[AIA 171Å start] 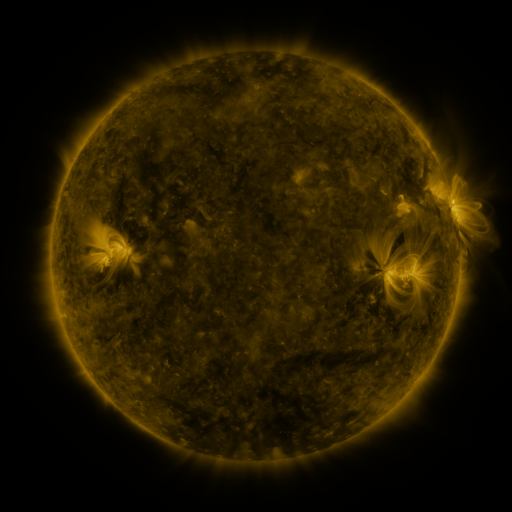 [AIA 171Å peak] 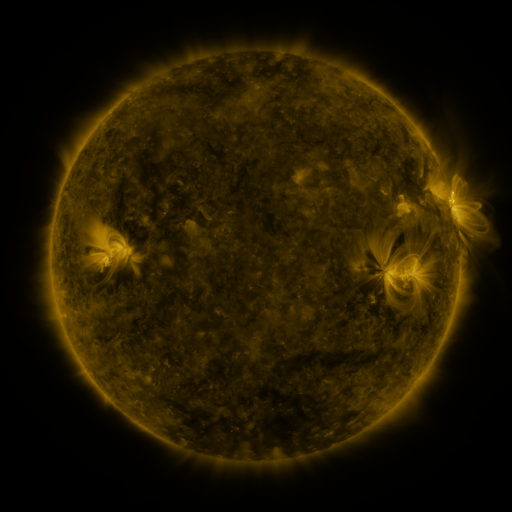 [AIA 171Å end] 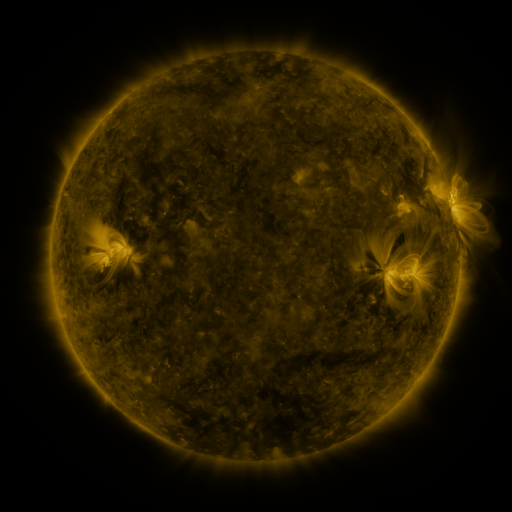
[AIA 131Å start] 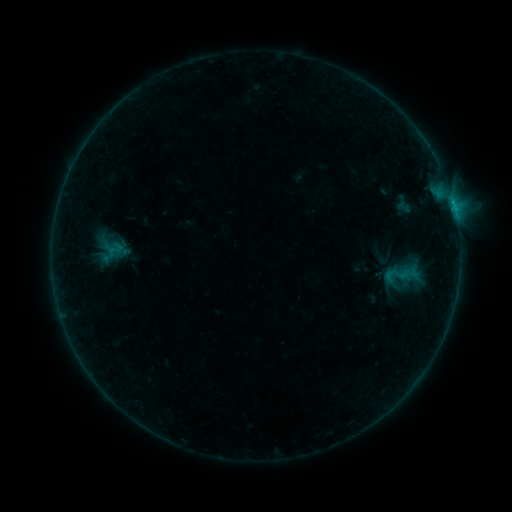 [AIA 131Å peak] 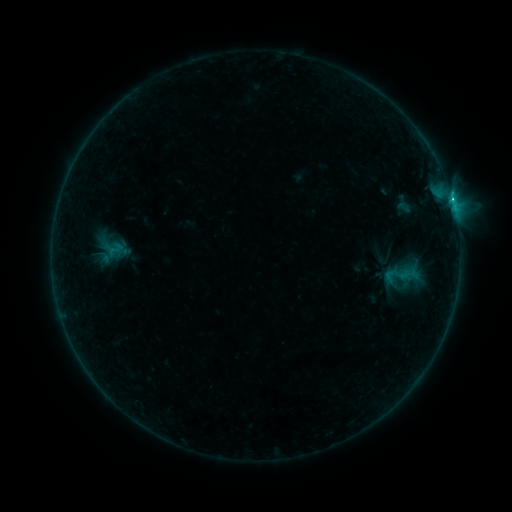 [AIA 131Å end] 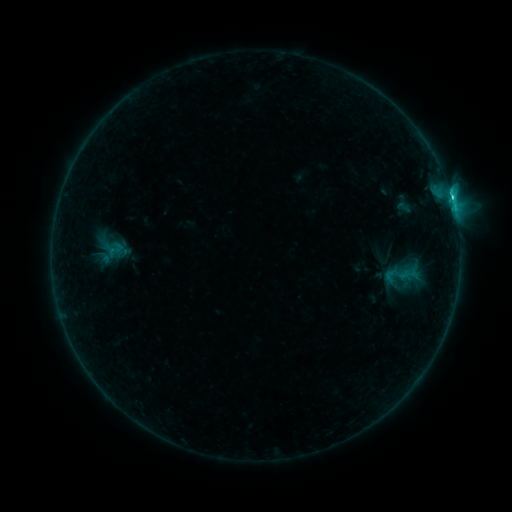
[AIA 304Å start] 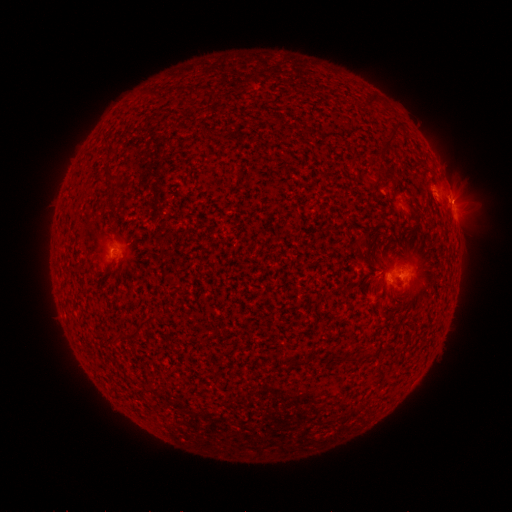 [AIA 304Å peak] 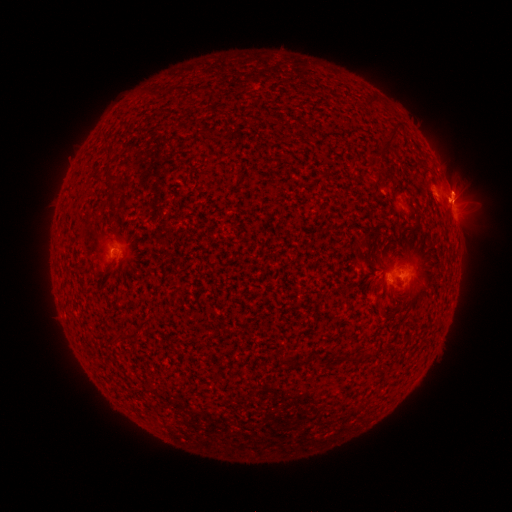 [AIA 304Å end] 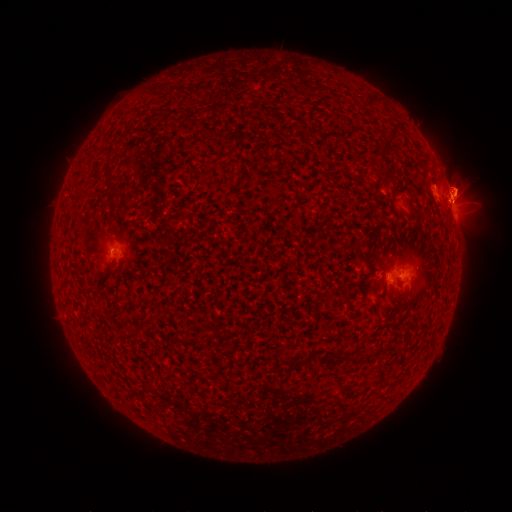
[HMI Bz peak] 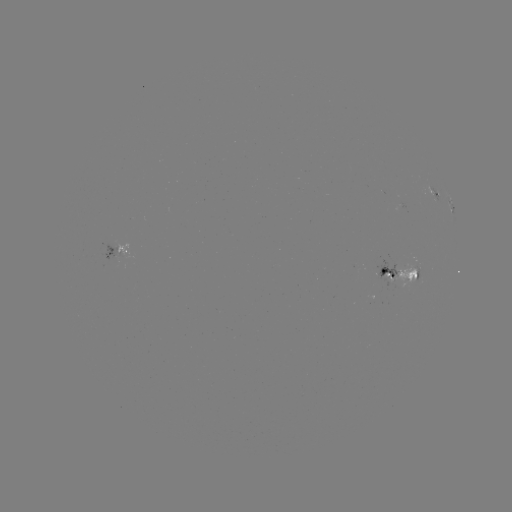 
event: eruption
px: (460, 186)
